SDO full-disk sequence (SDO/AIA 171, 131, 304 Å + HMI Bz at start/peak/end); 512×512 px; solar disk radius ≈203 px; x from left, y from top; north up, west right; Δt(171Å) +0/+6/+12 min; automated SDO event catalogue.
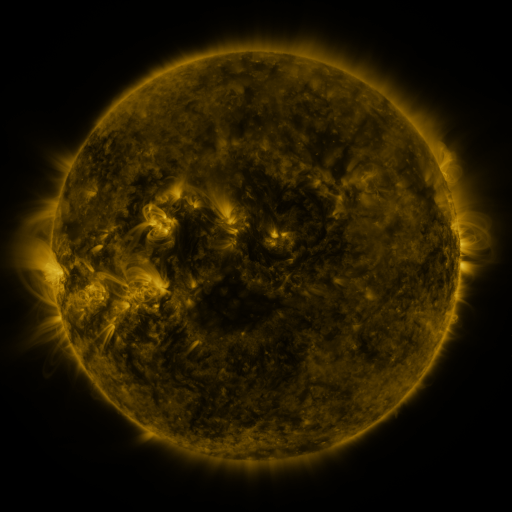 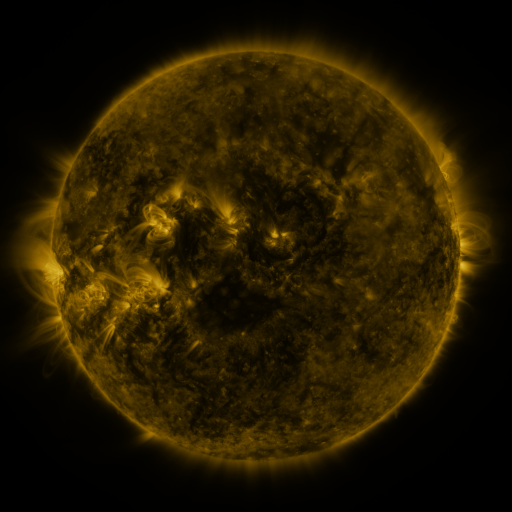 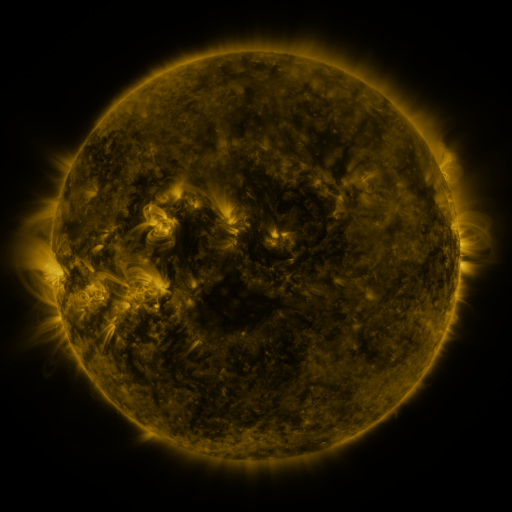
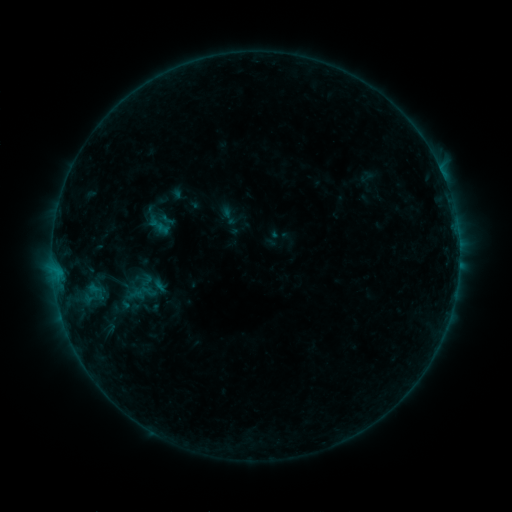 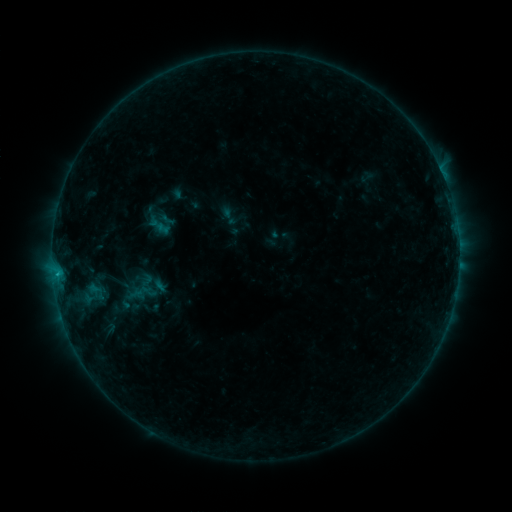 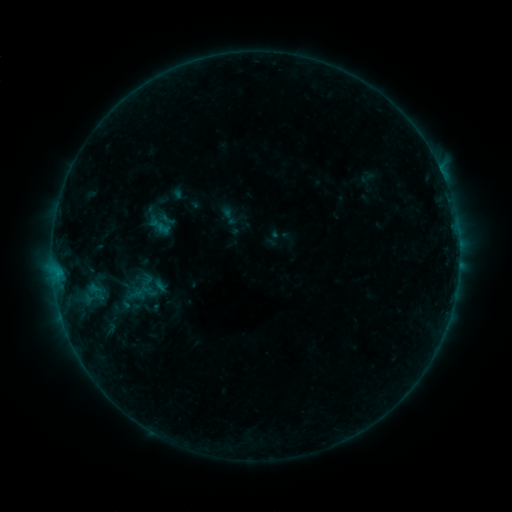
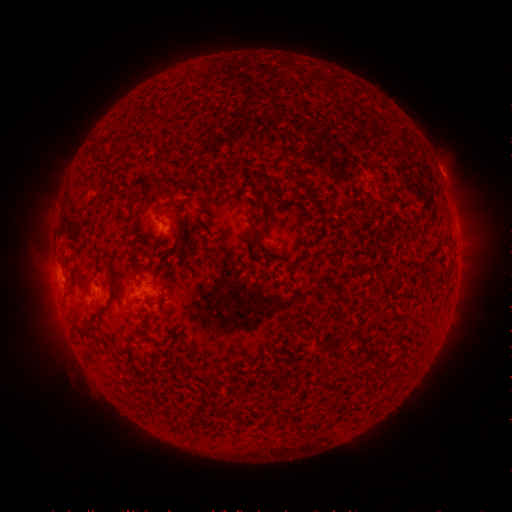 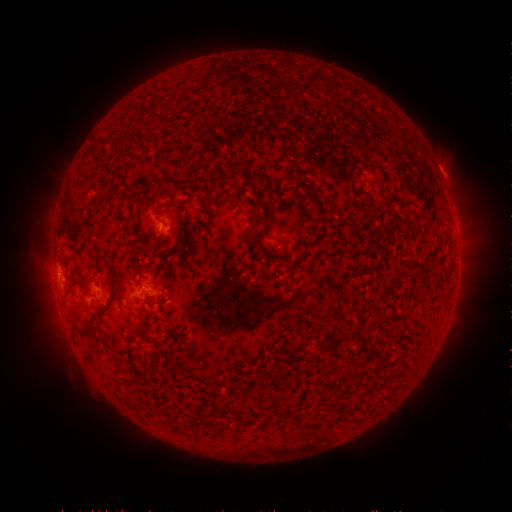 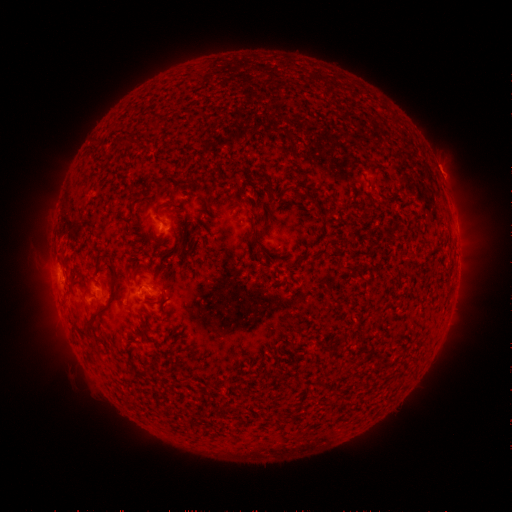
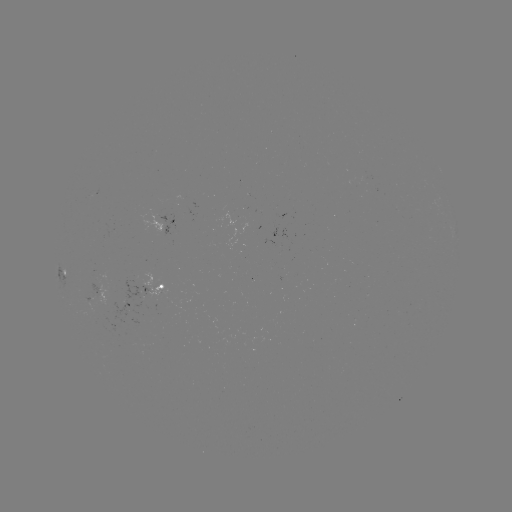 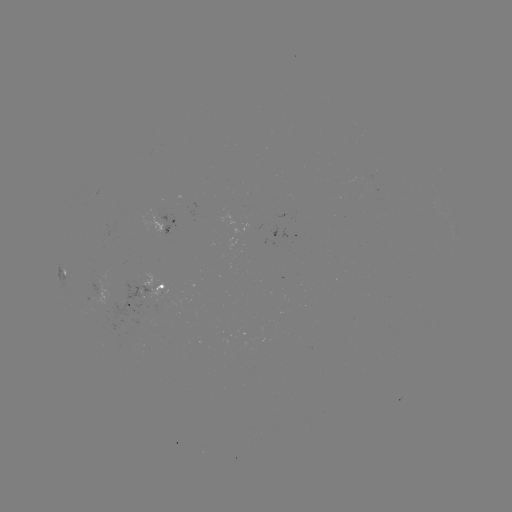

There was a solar flare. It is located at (58, 273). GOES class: B3.7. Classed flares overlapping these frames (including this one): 1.